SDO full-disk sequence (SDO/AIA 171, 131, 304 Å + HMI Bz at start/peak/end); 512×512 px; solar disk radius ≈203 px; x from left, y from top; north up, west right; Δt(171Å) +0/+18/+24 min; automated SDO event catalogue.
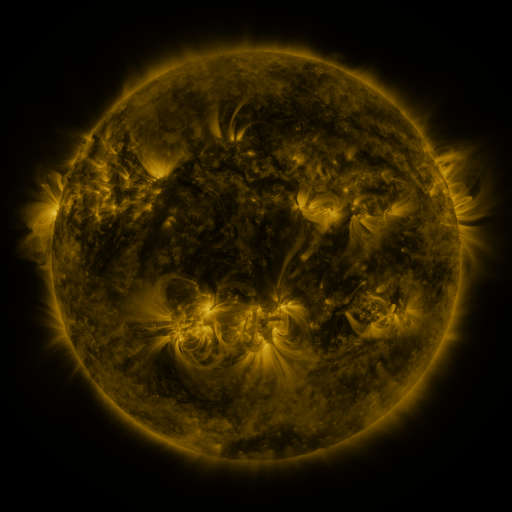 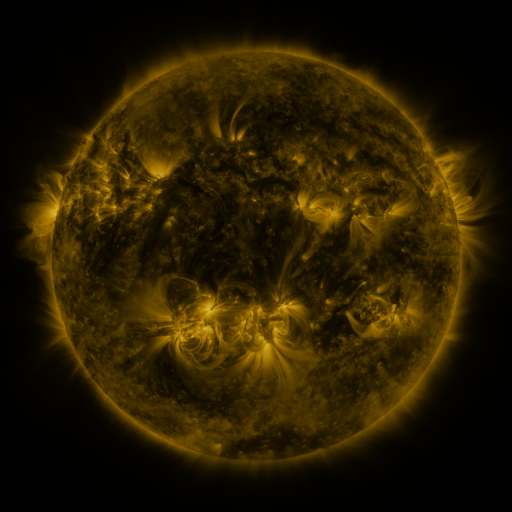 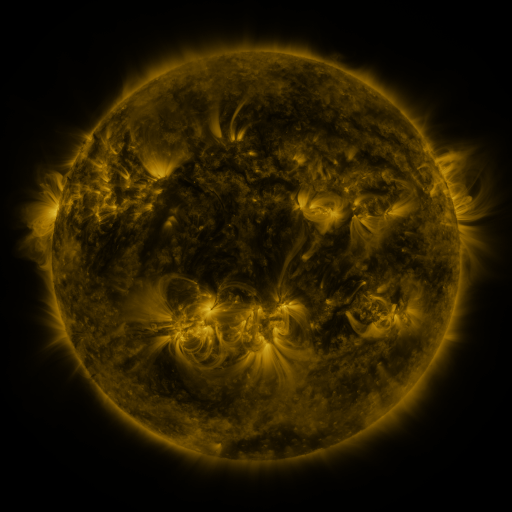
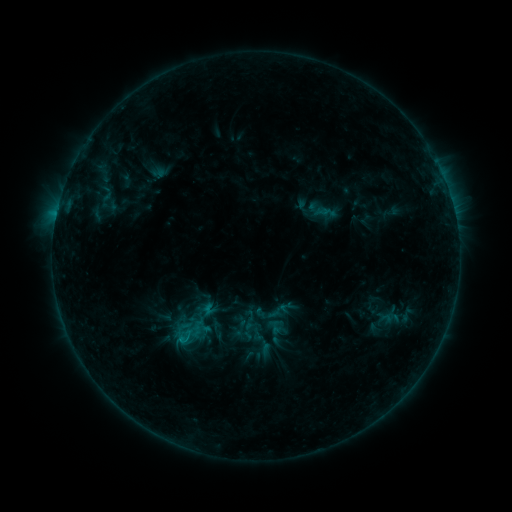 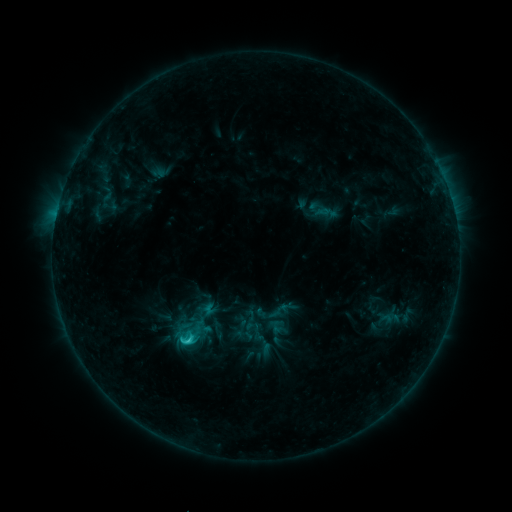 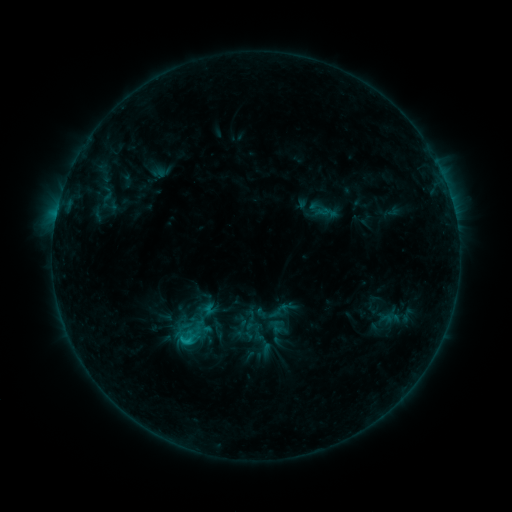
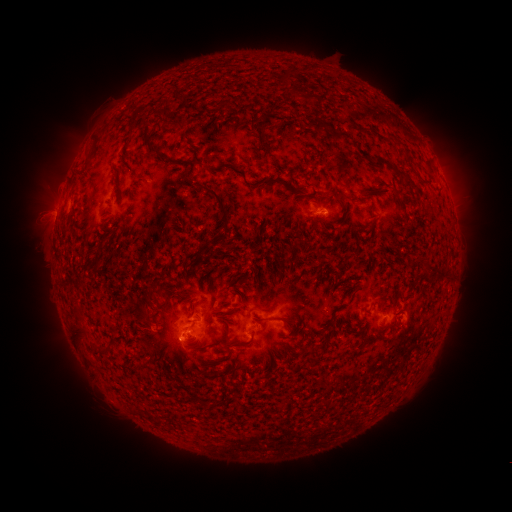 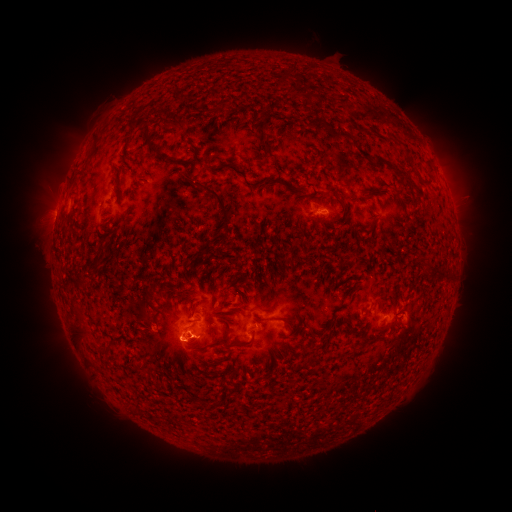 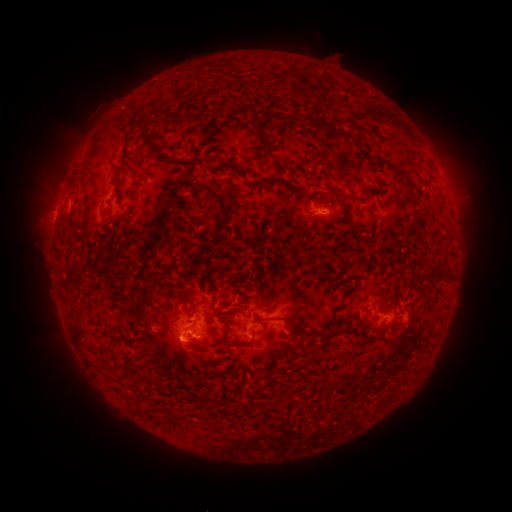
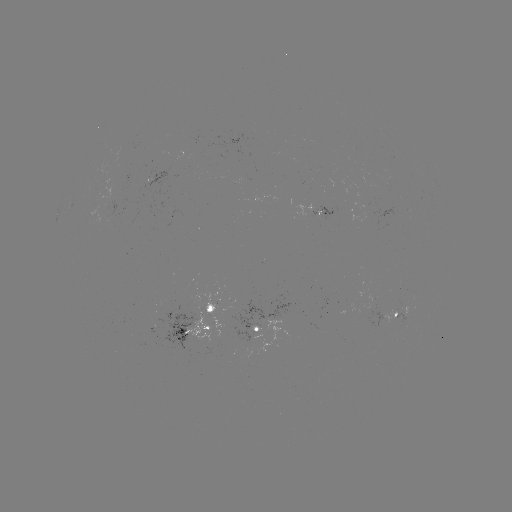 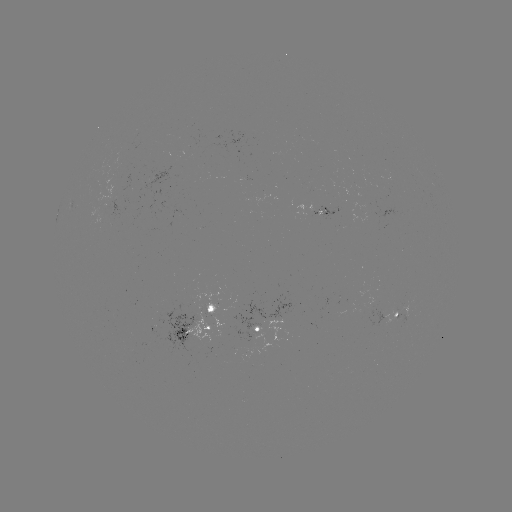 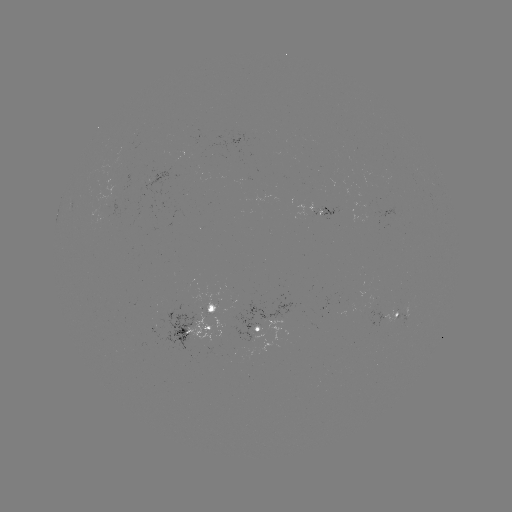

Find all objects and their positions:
C1.5 flare: (187, 339)
